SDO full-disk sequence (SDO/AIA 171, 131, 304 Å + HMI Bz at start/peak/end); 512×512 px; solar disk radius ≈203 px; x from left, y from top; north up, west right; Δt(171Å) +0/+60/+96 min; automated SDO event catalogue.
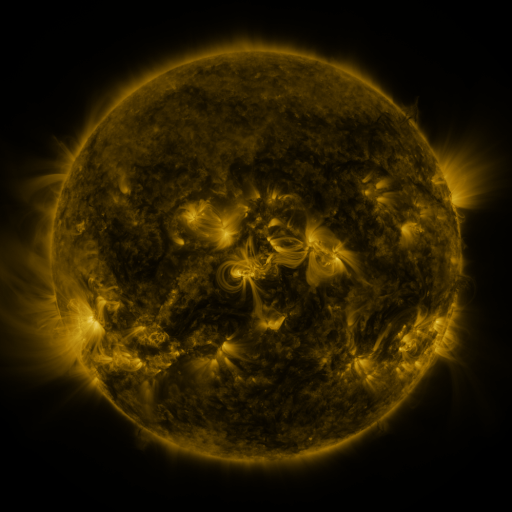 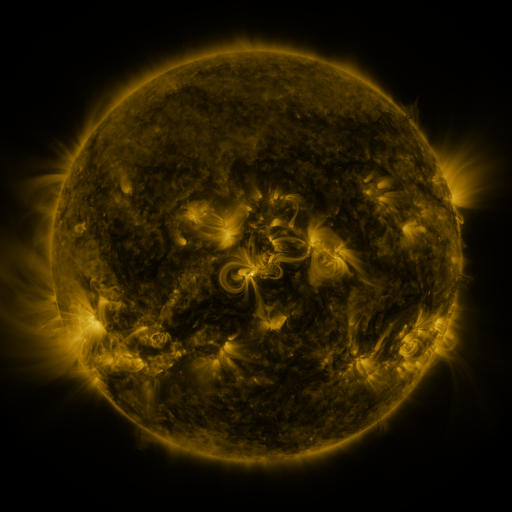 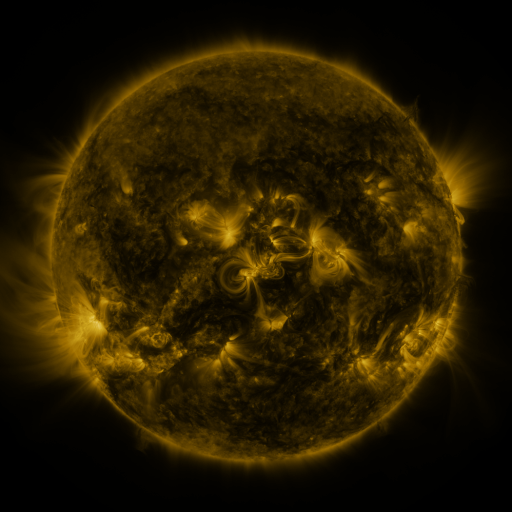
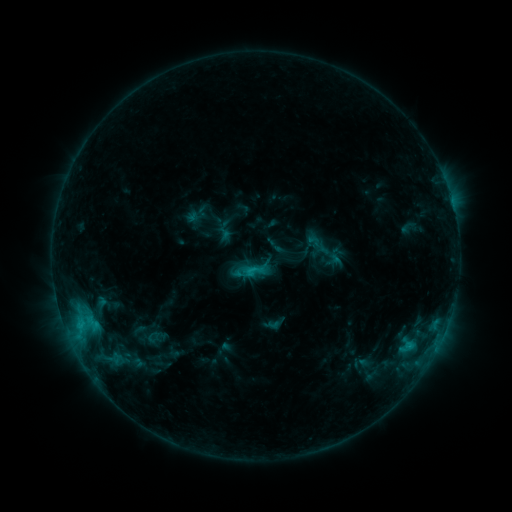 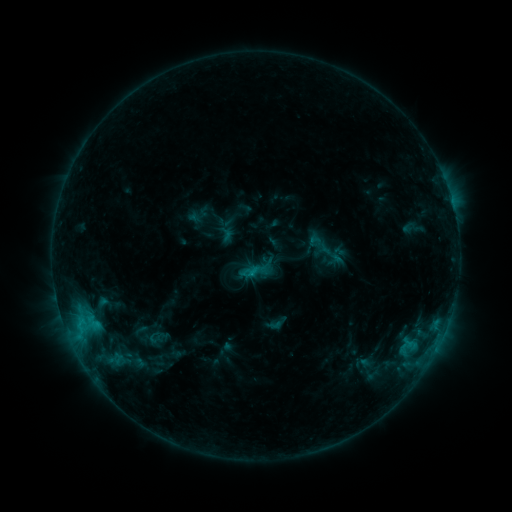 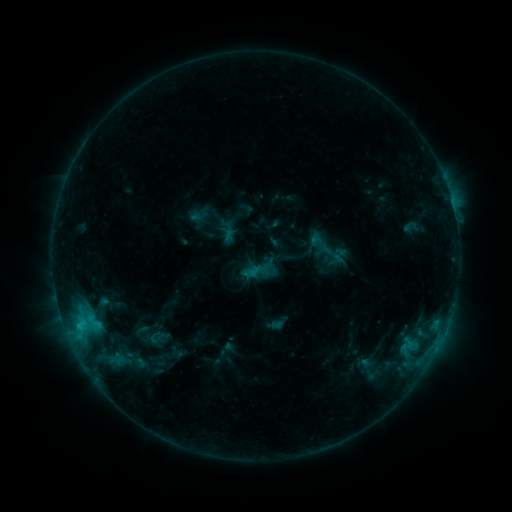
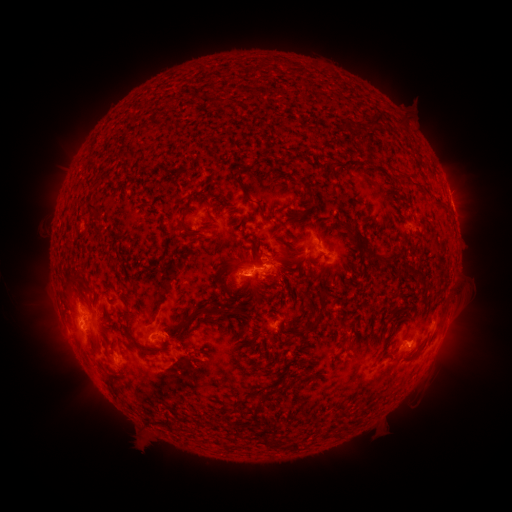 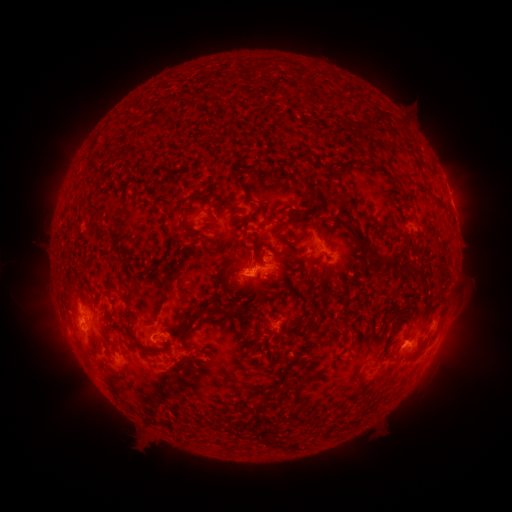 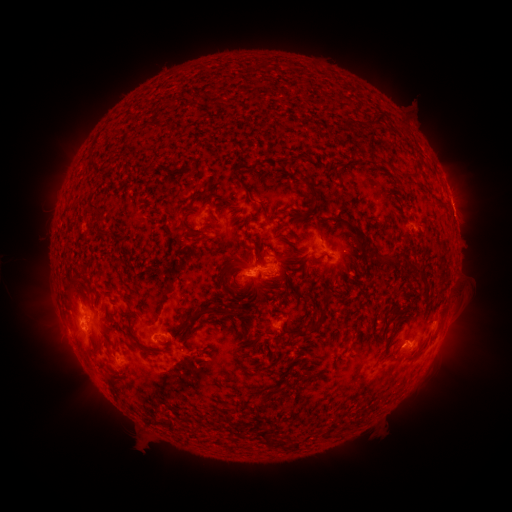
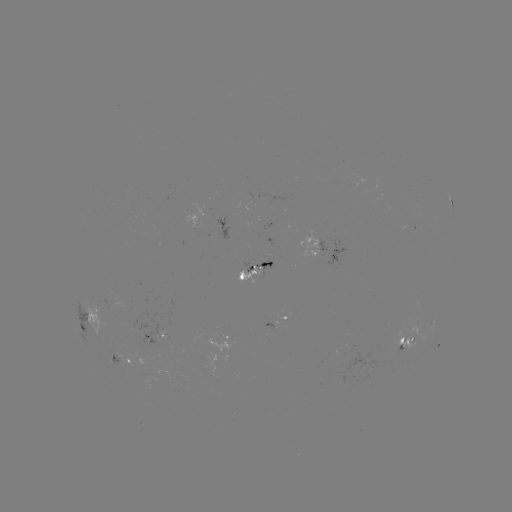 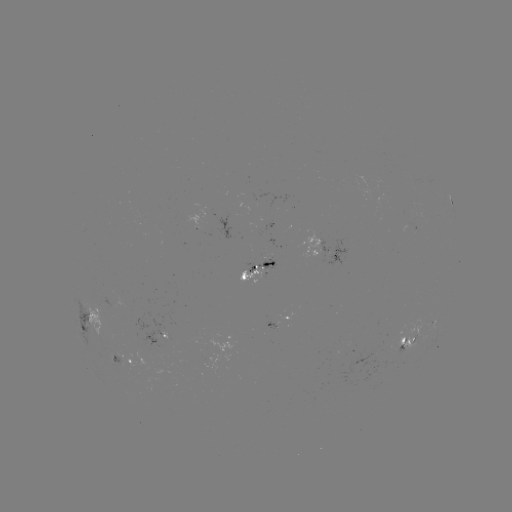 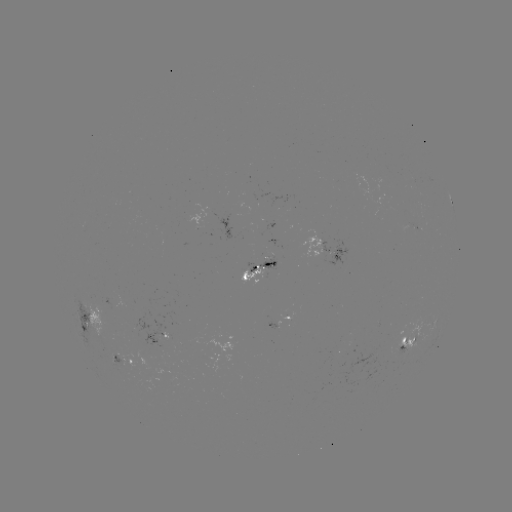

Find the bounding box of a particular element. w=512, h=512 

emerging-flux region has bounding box [250, 224, 281, 248].